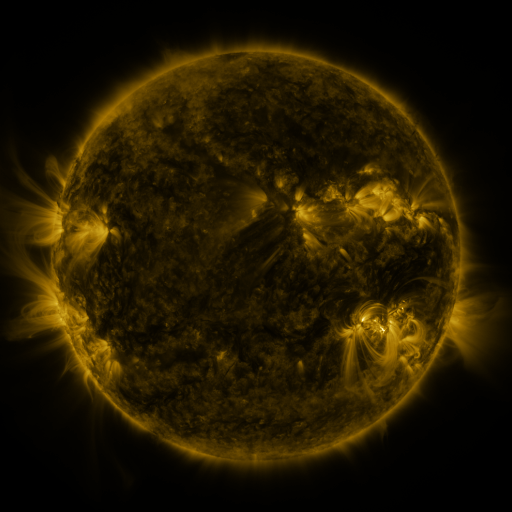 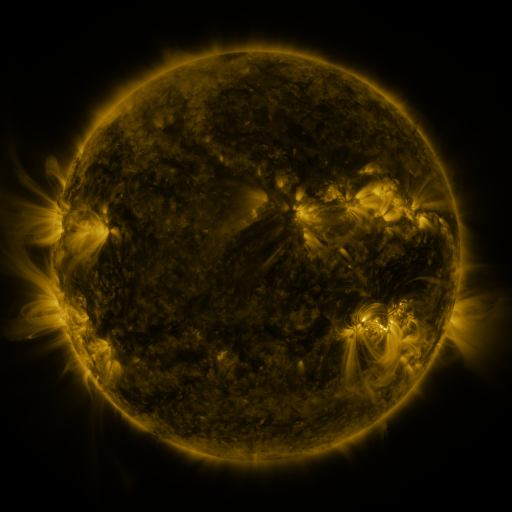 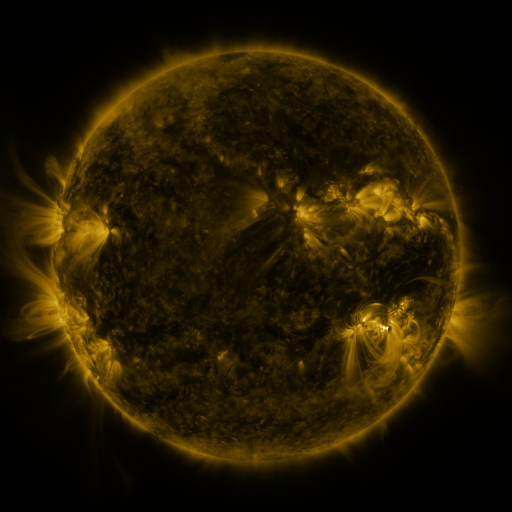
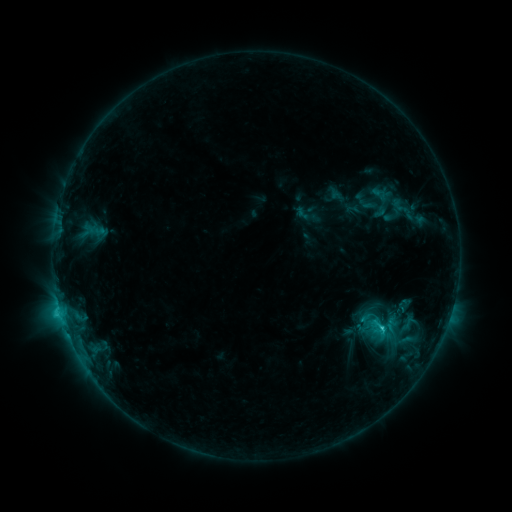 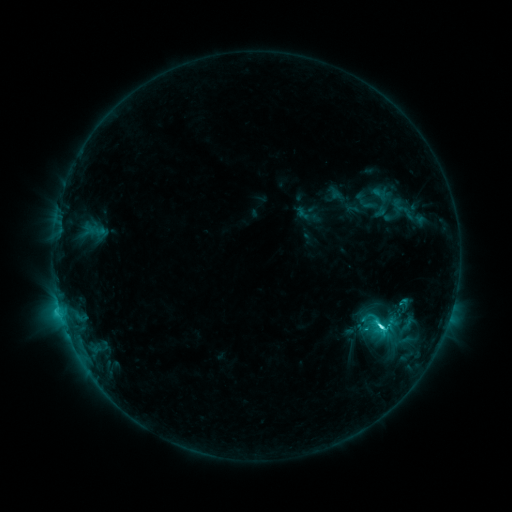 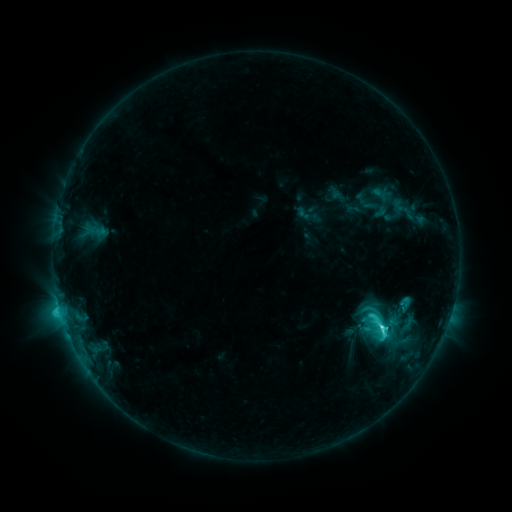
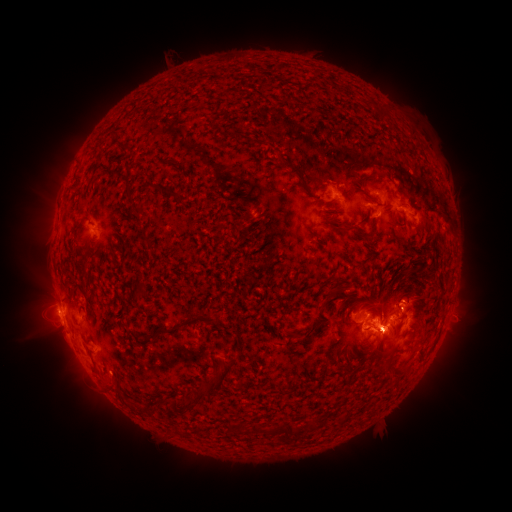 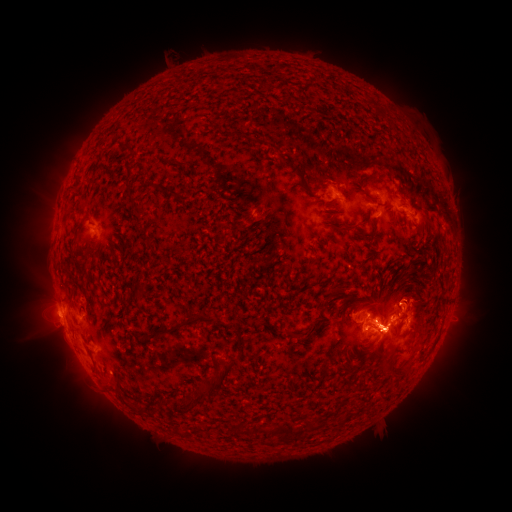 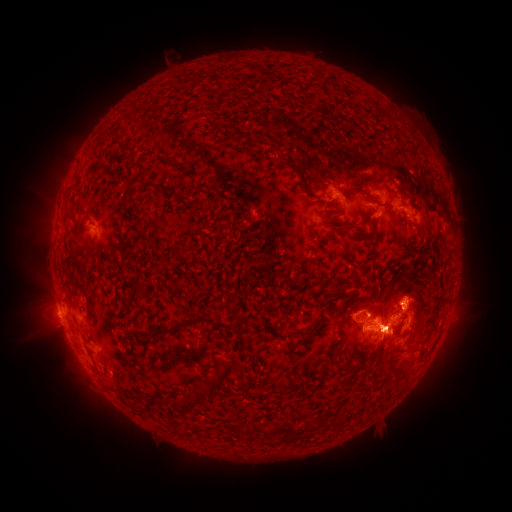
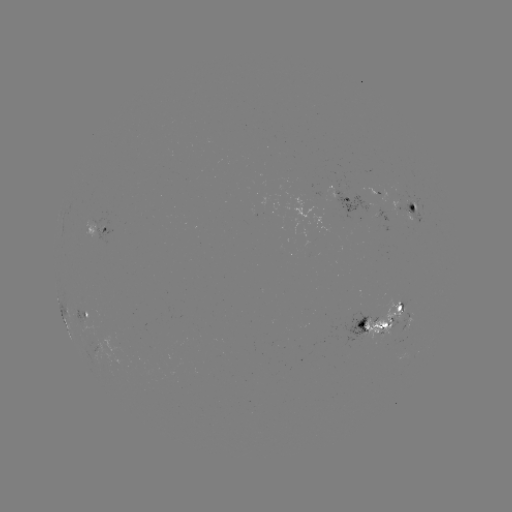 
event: eruption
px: (393, 333)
